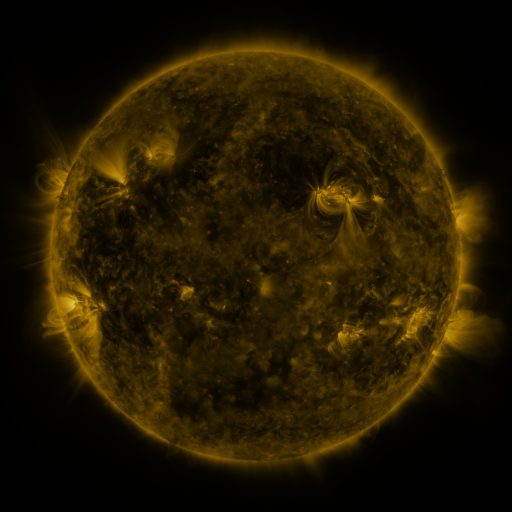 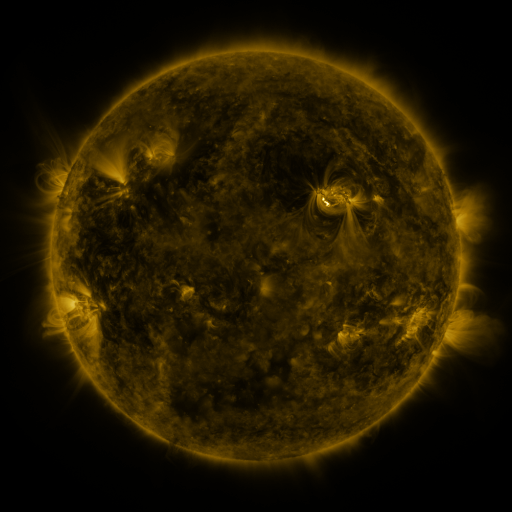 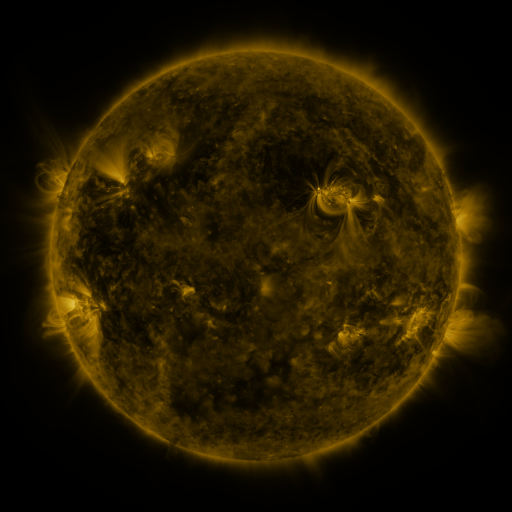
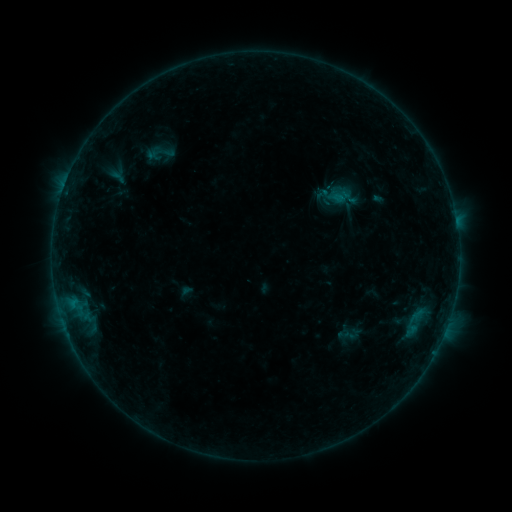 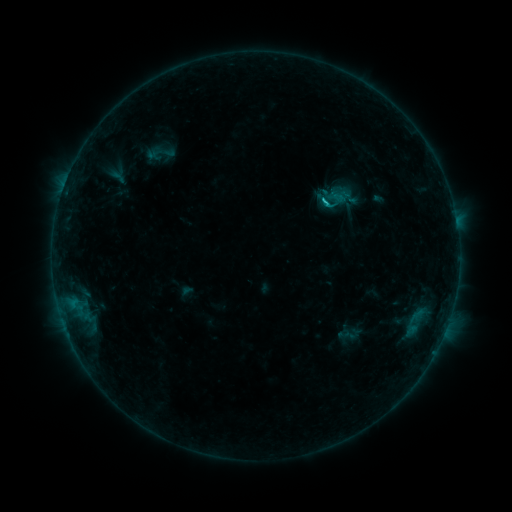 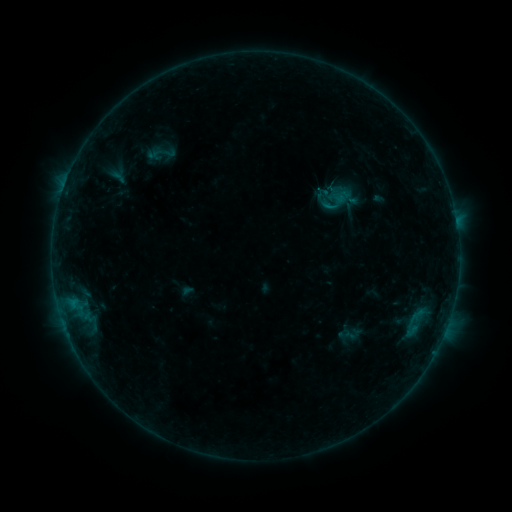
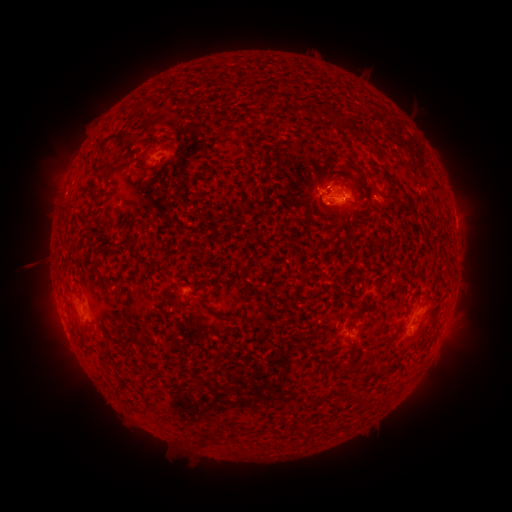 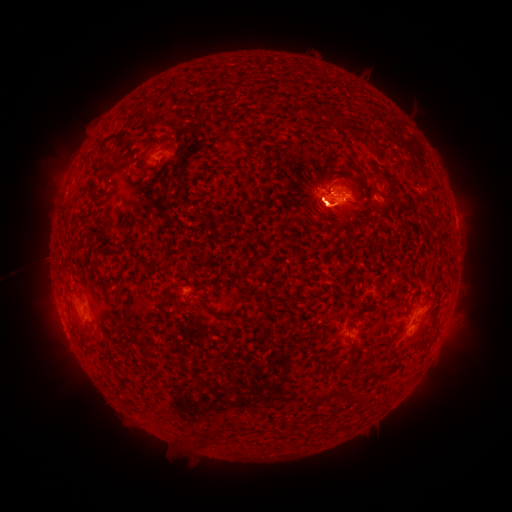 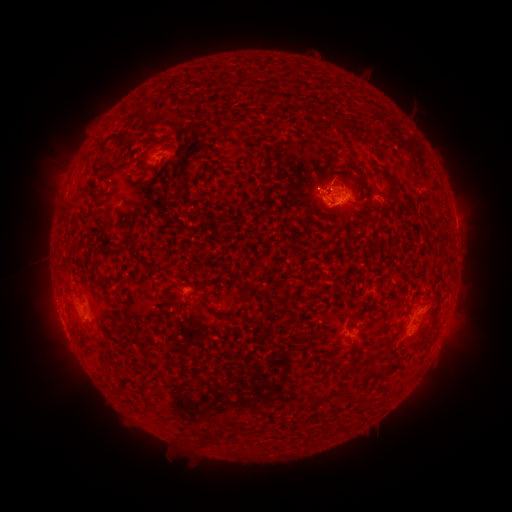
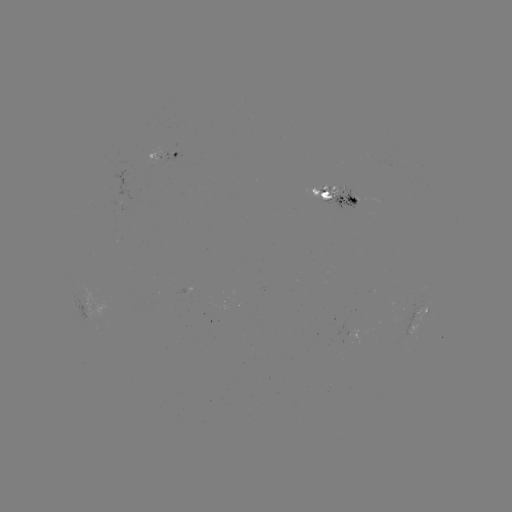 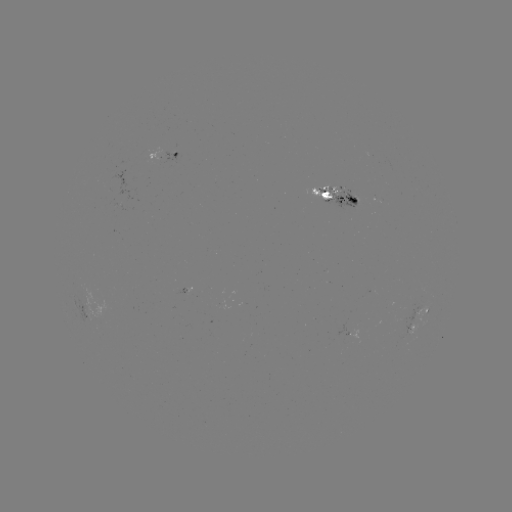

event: flare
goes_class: B7.7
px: (321, 204)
